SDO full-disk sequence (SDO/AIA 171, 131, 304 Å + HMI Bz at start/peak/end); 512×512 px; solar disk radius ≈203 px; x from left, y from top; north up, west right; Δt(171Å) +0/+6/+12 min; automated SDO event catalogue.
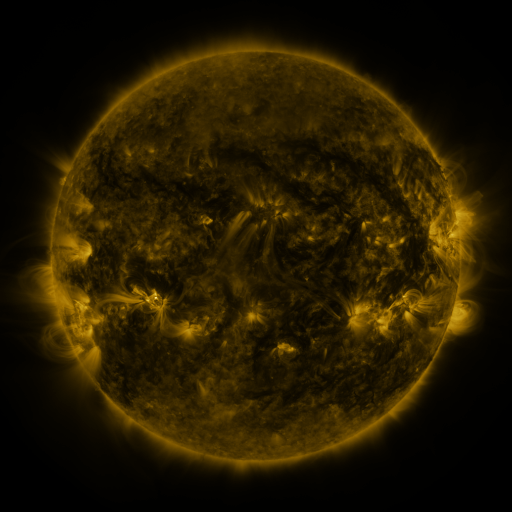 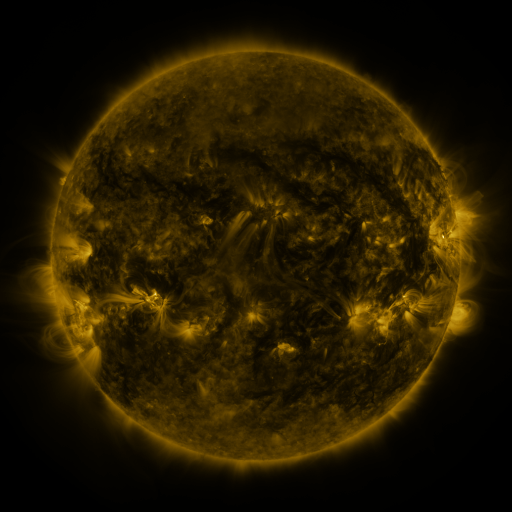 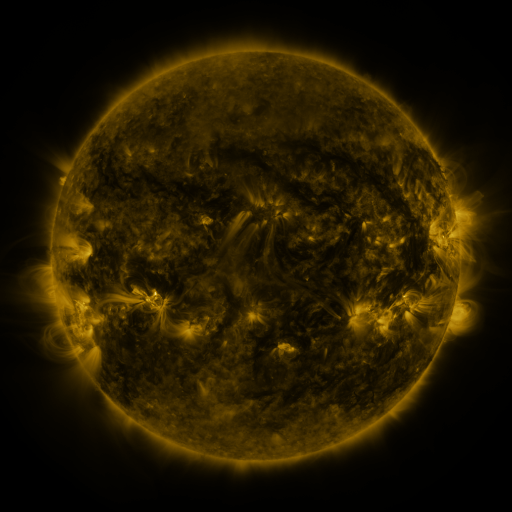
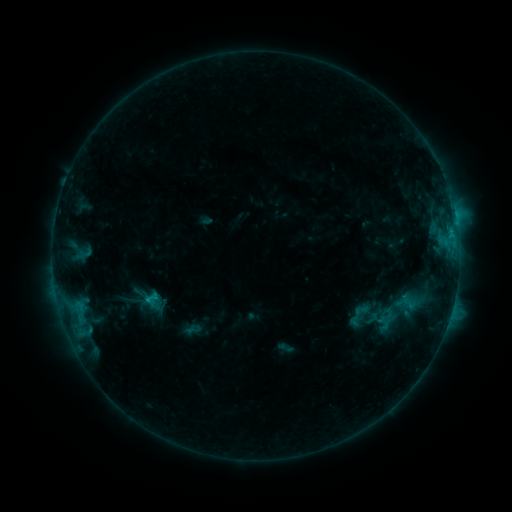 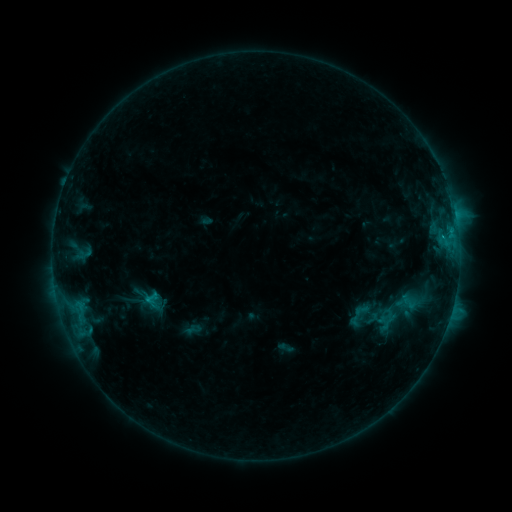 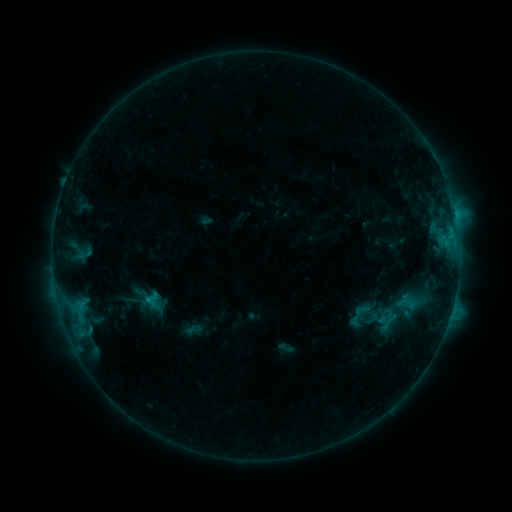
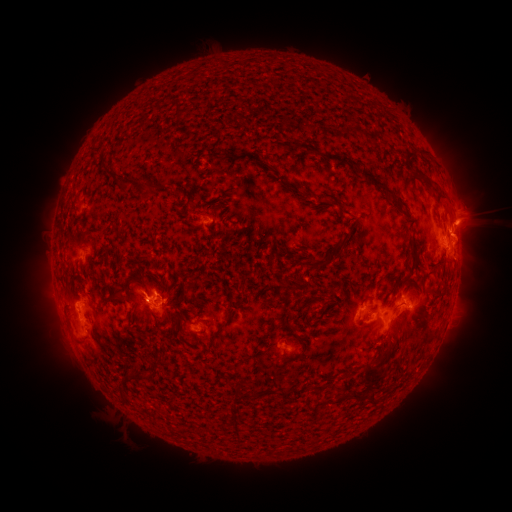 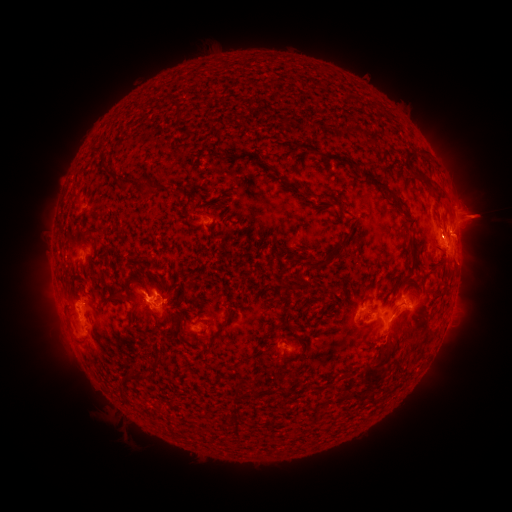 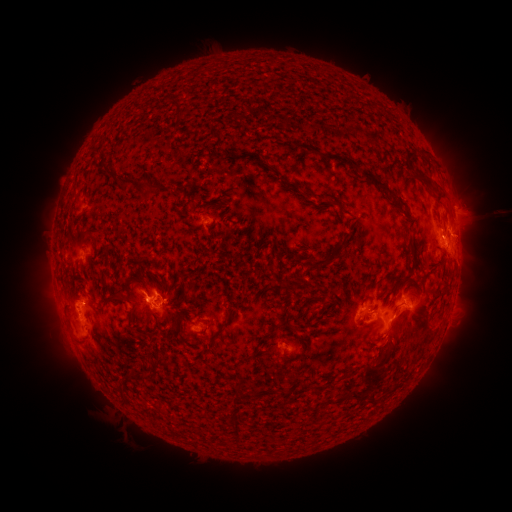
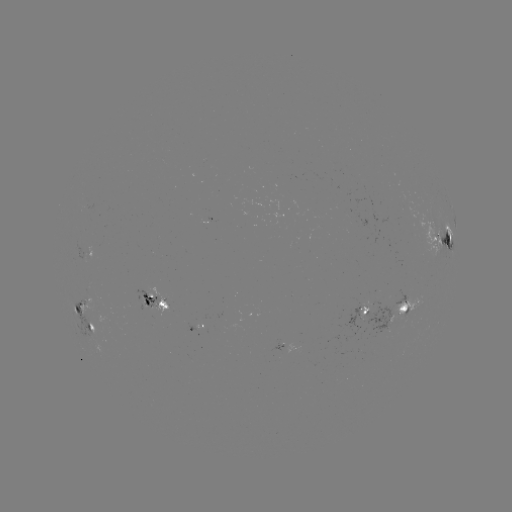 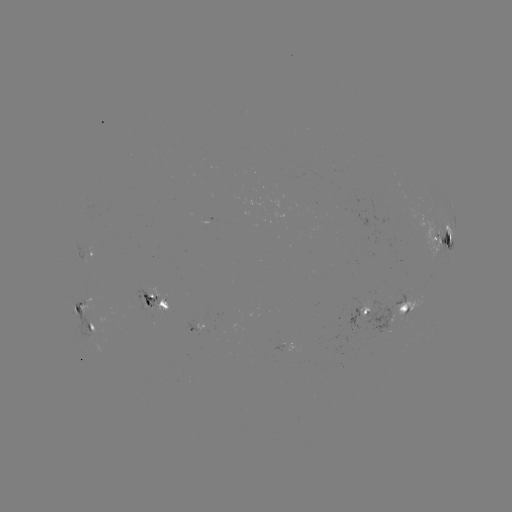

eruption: (444, 188, 508, 246)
